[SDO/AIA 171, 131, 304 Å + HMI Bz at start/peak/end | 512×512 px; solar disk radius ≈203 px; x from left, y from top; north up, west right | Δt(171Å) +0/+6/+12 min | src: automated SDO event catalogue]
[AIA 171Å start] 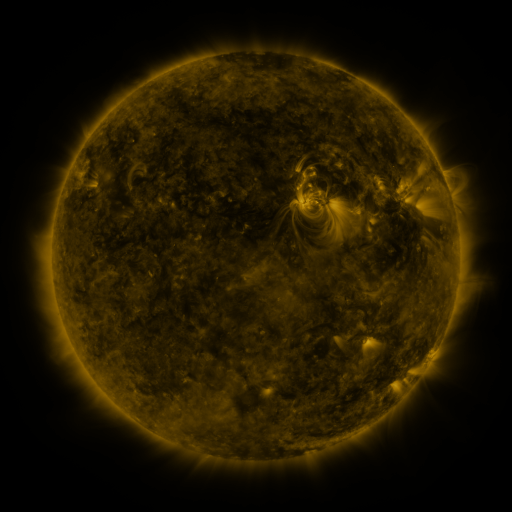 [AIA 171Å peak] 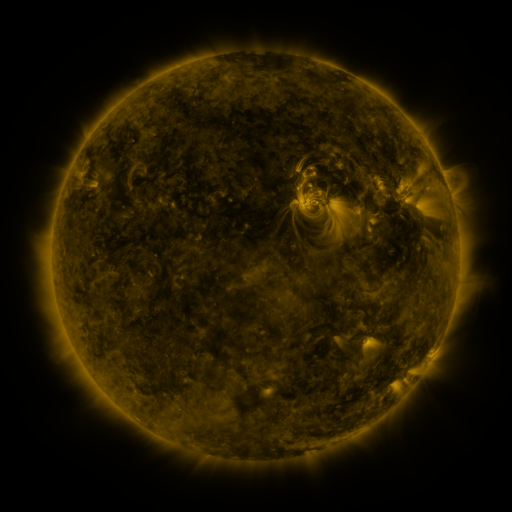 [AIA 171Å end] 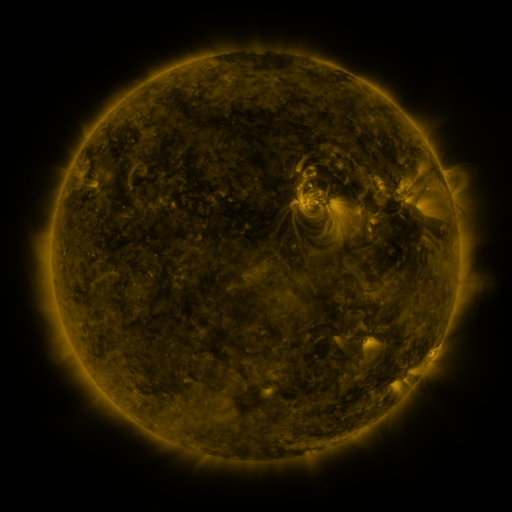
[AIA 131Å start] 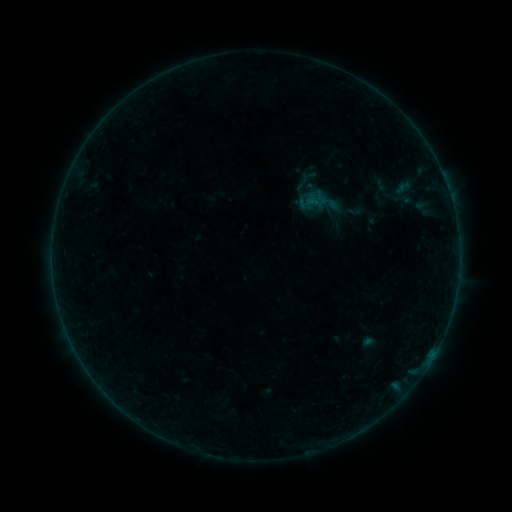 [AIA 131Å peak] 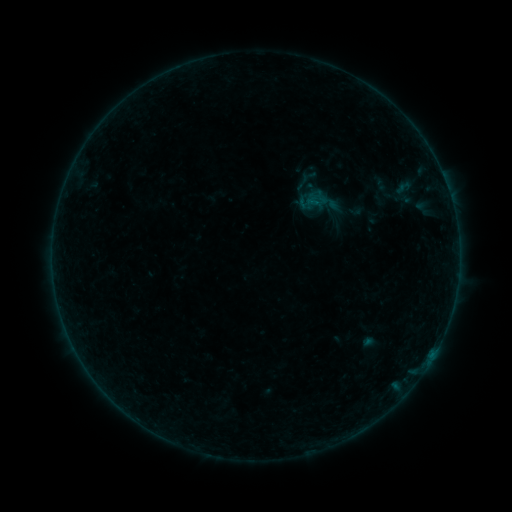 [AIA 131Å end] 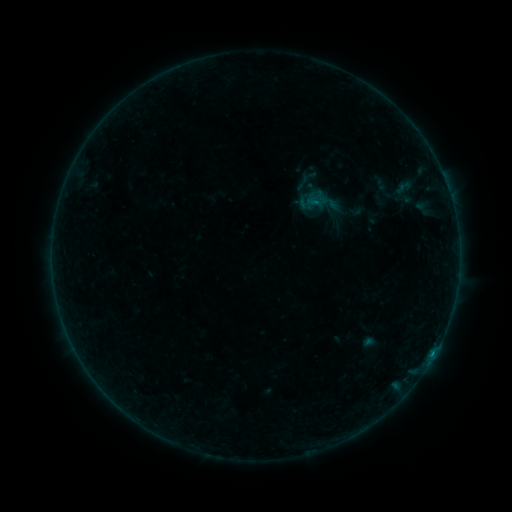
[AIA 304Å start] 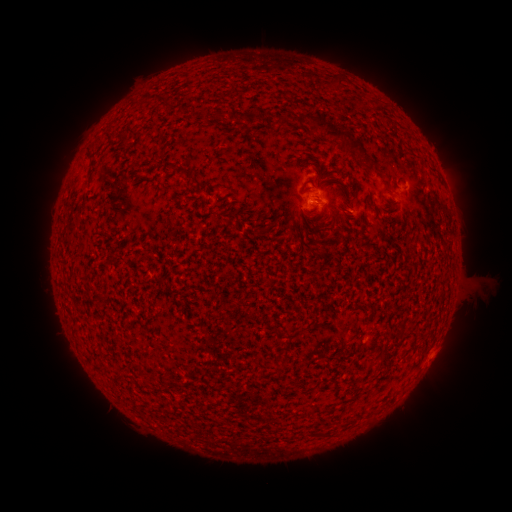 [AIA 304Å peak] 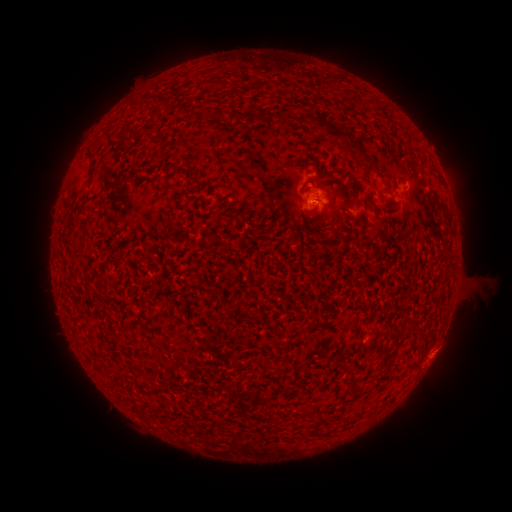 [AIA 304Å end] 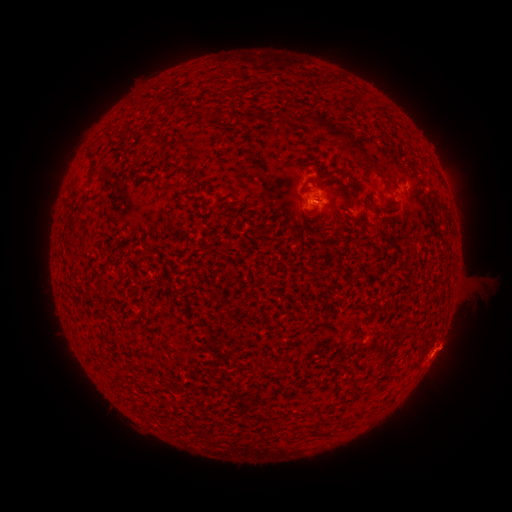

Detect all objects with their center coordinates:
B2.5 flare: (312, 205)
